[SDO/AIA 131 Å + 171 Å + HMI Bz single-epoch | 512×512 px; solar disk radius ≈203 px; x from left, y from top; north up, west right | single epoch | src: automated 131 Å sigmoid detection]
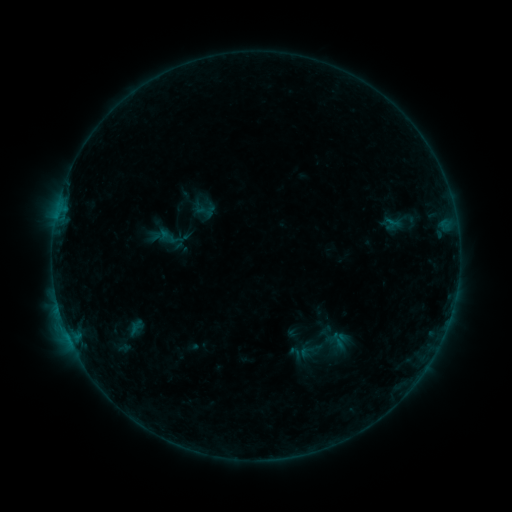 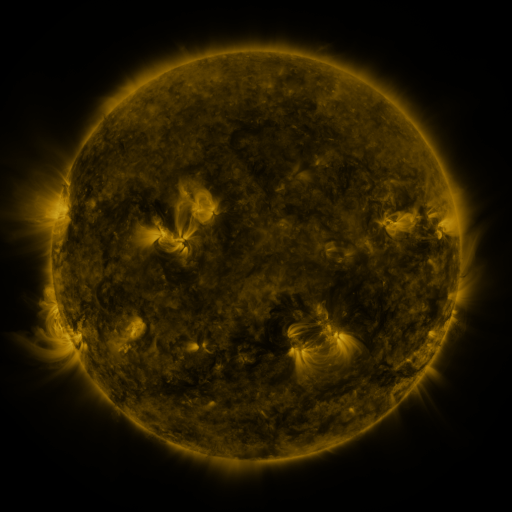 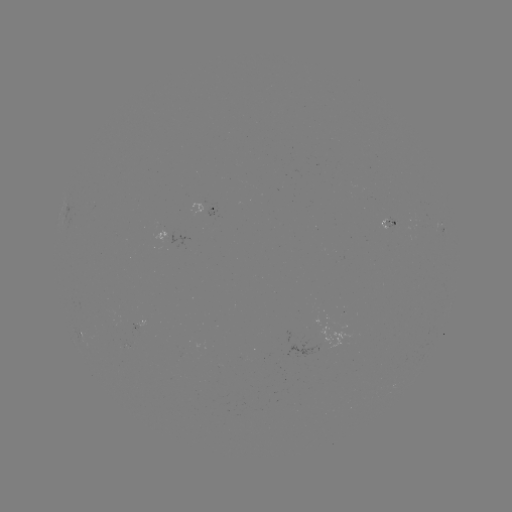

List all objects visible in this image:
sigmoid: (206, 209)
sigmoid: (337, 341)
